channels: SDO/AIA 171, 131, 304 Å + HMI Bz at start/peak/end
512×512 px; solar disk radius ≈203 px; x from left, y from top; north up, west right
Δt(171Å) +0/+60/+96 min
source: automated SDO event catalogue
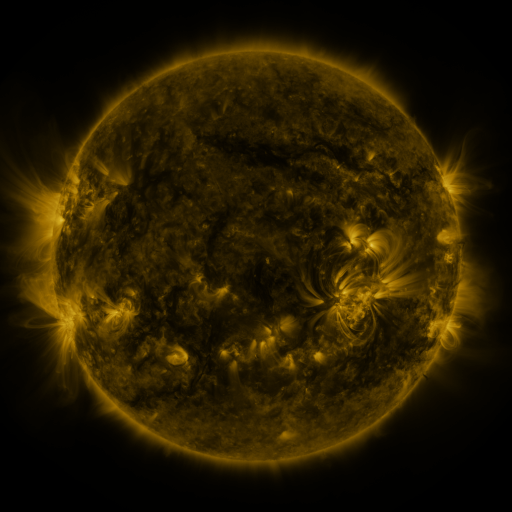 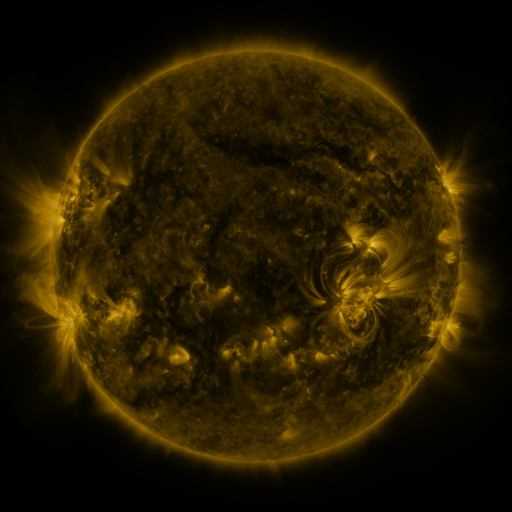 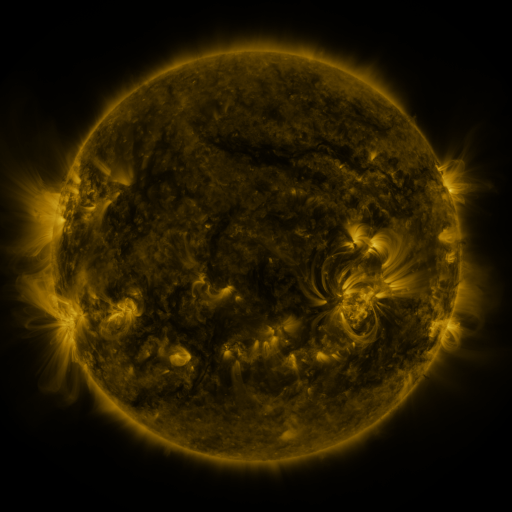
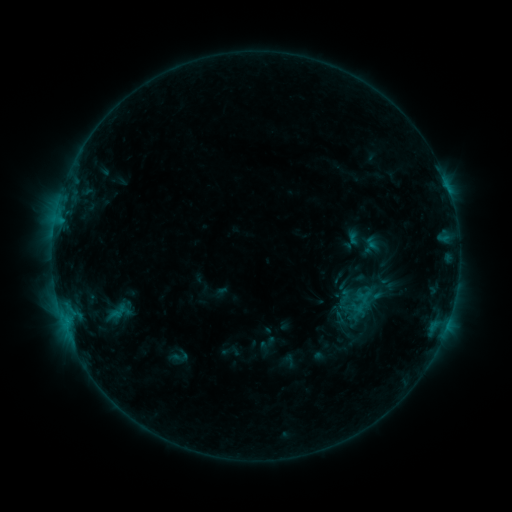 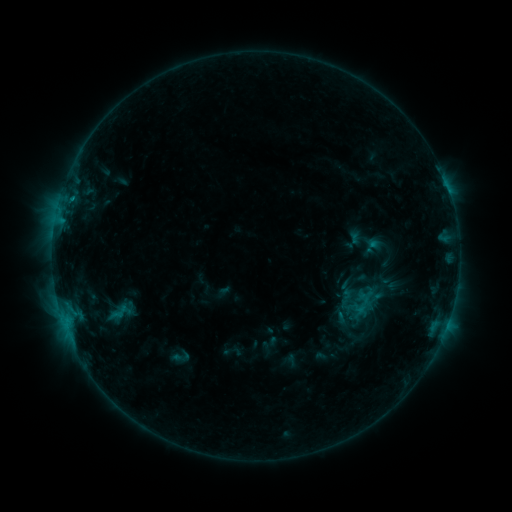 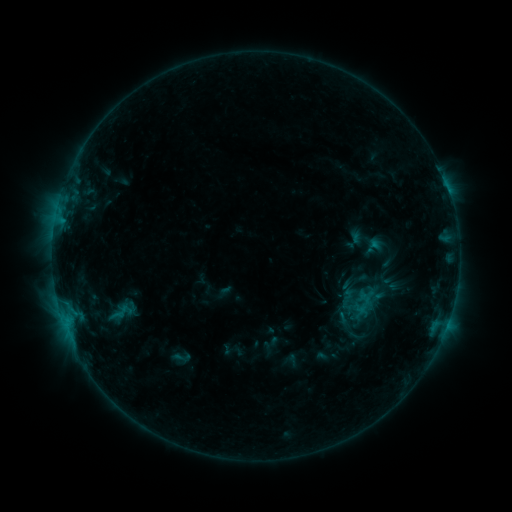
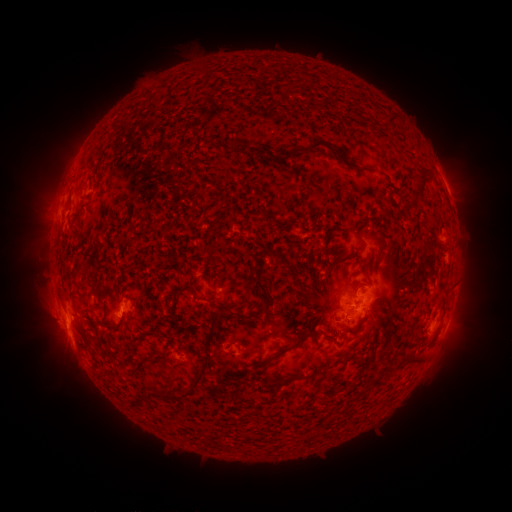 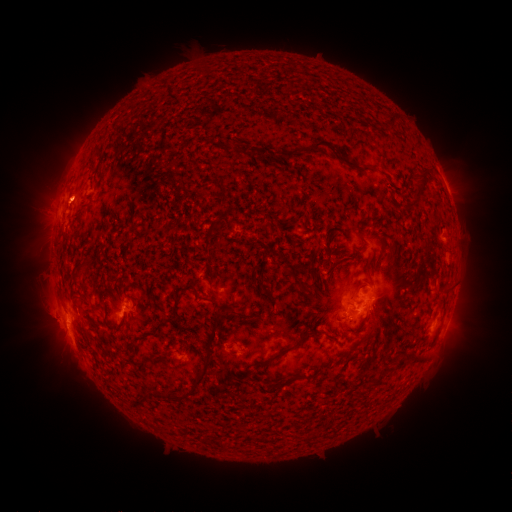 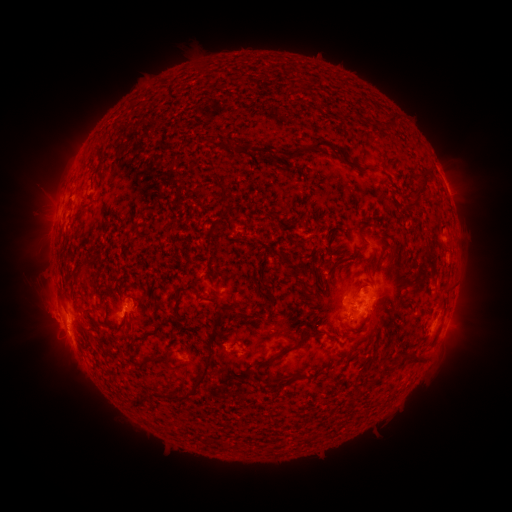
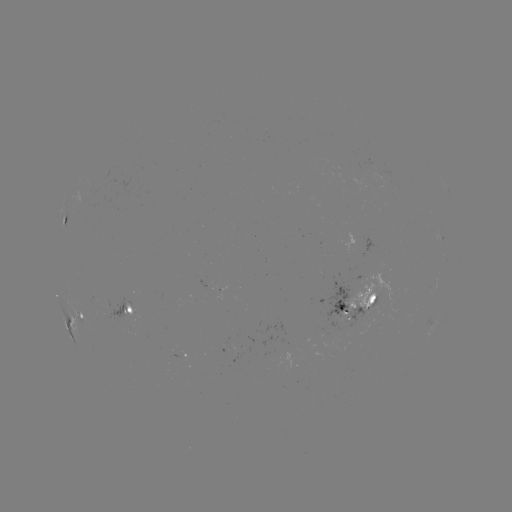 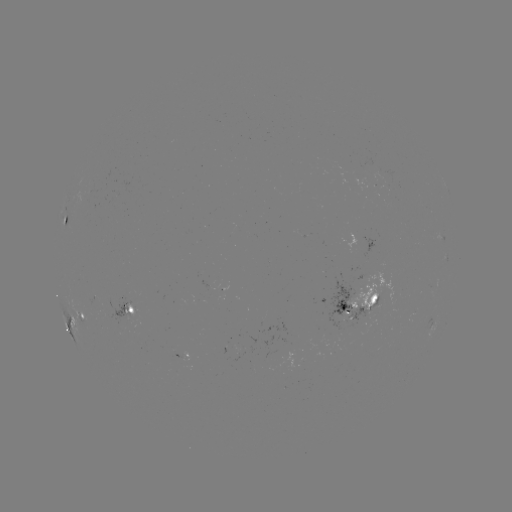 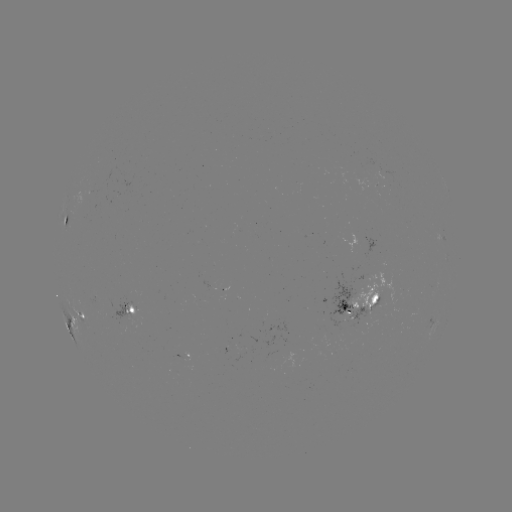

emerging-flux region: <bbox>87, 296, 99, 306</bbox>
